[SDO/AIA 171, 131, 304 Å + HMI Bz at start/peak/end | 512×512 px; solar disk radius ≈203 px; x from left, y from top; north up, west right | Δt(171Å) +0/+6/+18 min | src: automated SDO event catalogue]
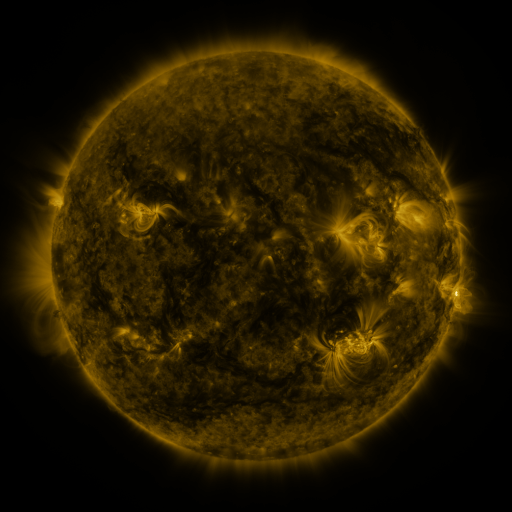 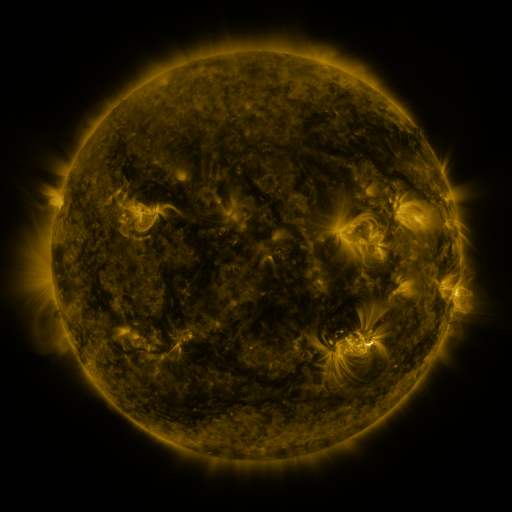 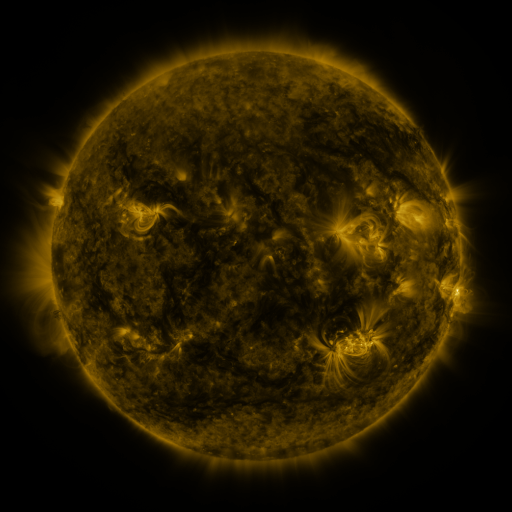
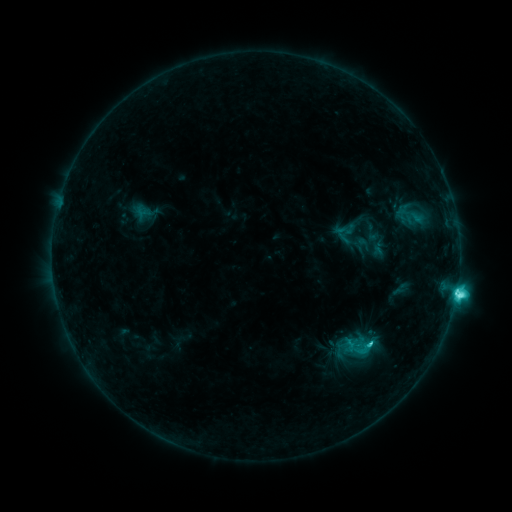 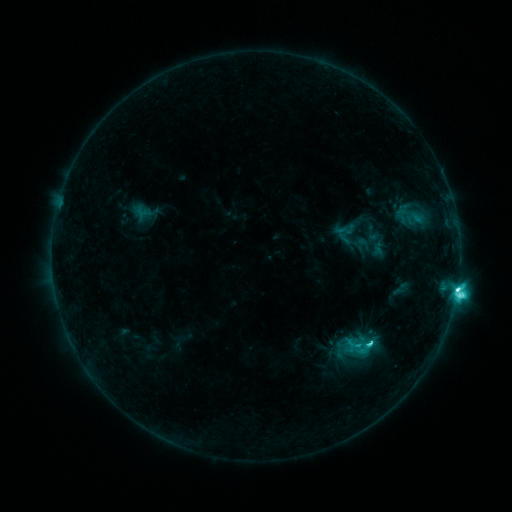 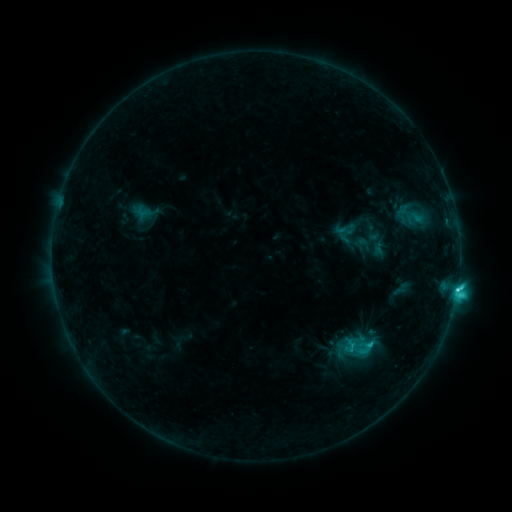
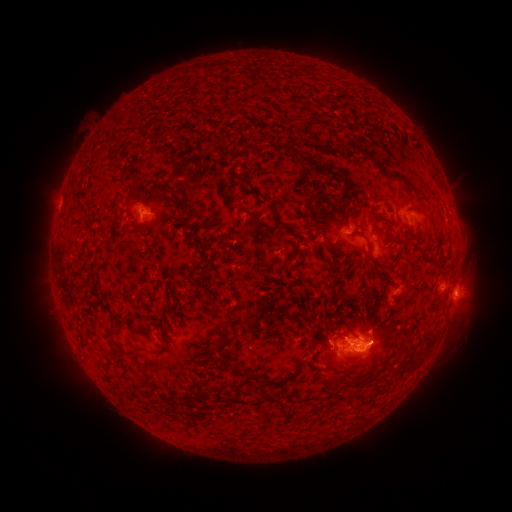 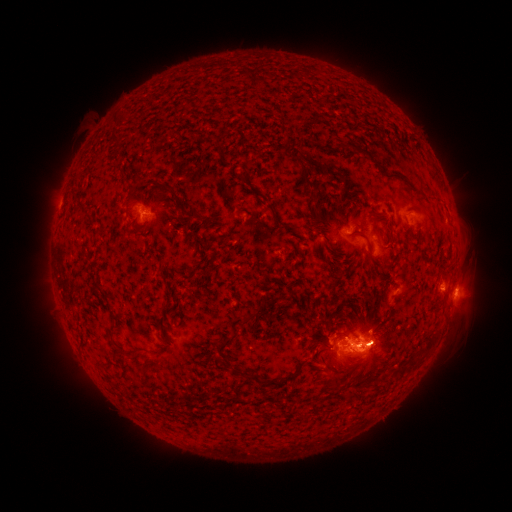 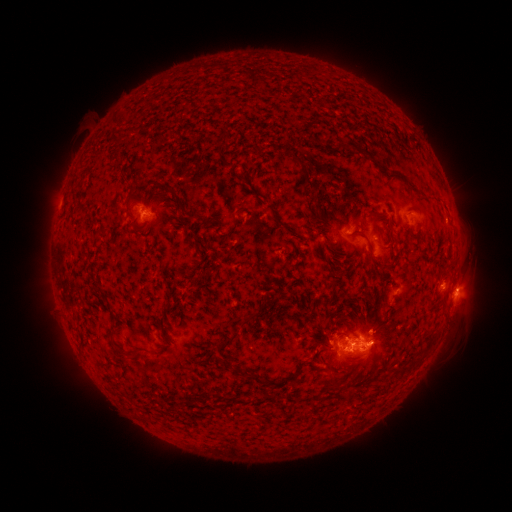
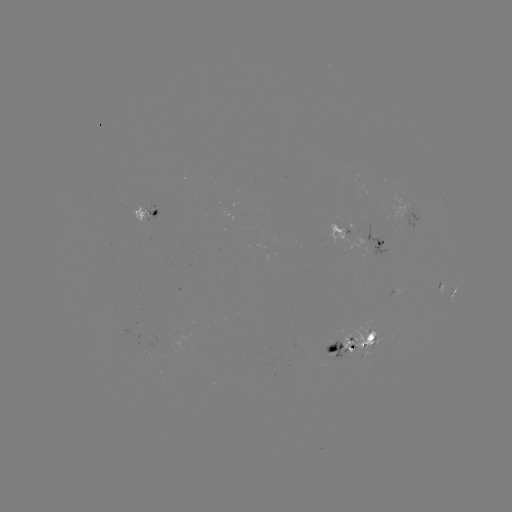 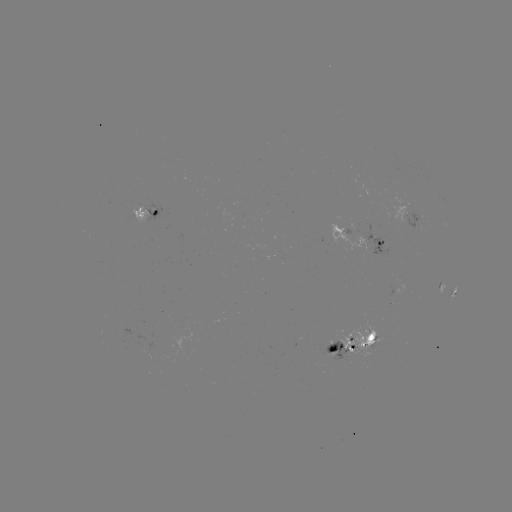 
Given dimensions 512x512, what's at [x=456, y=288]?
M1.1 flare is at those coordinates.